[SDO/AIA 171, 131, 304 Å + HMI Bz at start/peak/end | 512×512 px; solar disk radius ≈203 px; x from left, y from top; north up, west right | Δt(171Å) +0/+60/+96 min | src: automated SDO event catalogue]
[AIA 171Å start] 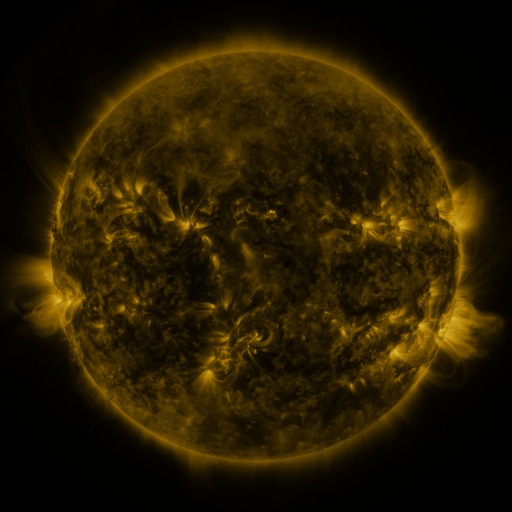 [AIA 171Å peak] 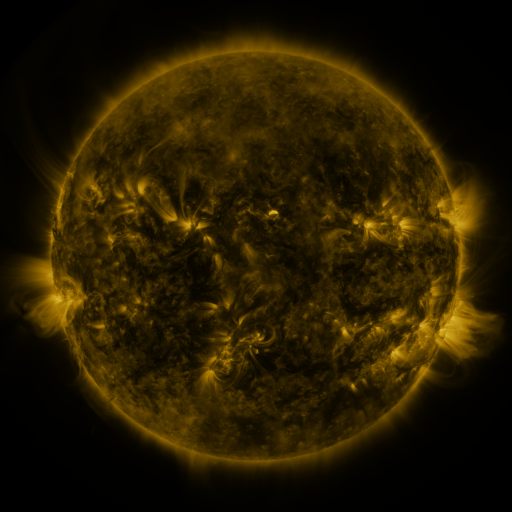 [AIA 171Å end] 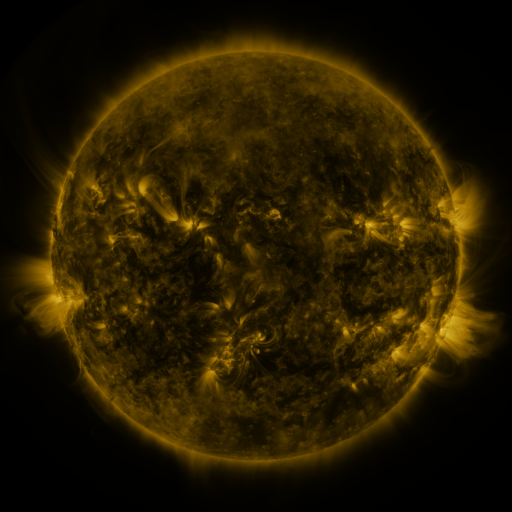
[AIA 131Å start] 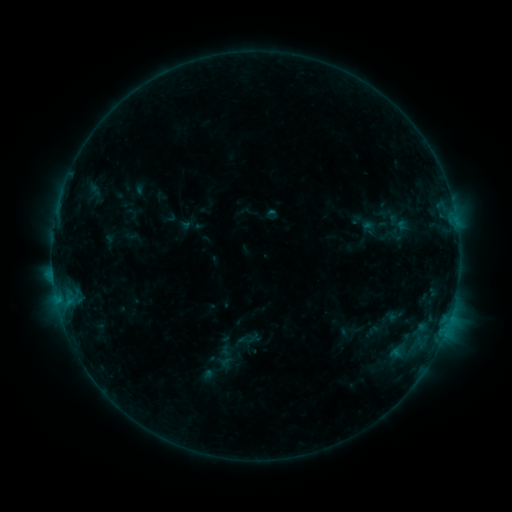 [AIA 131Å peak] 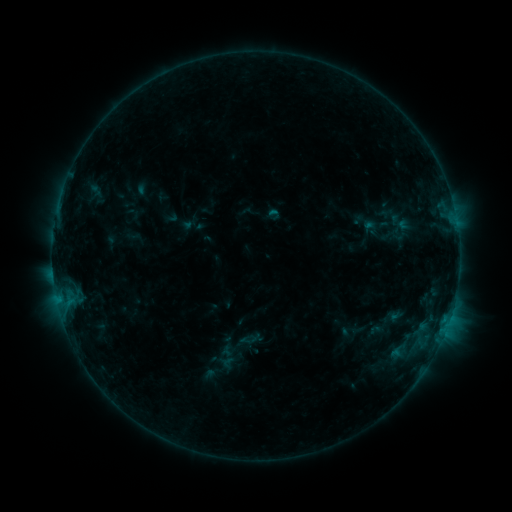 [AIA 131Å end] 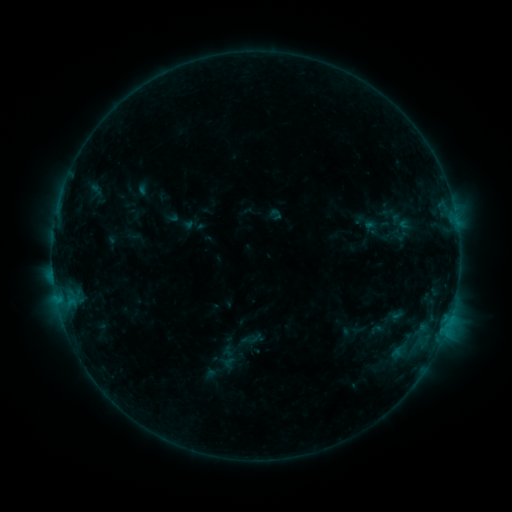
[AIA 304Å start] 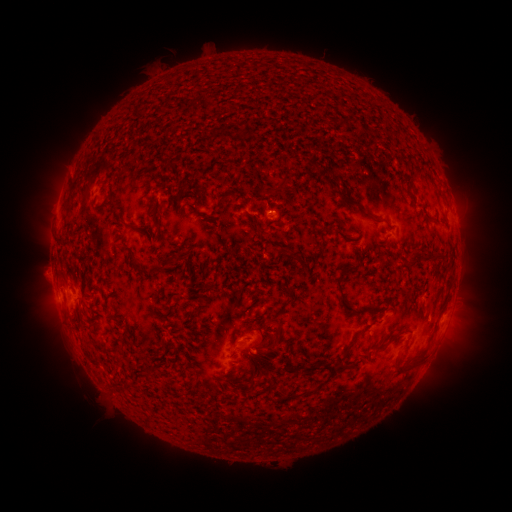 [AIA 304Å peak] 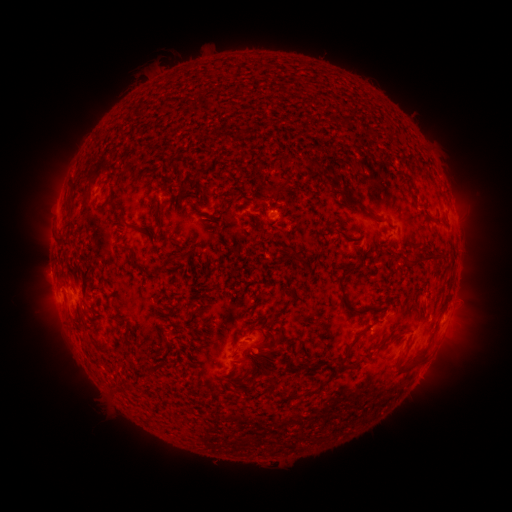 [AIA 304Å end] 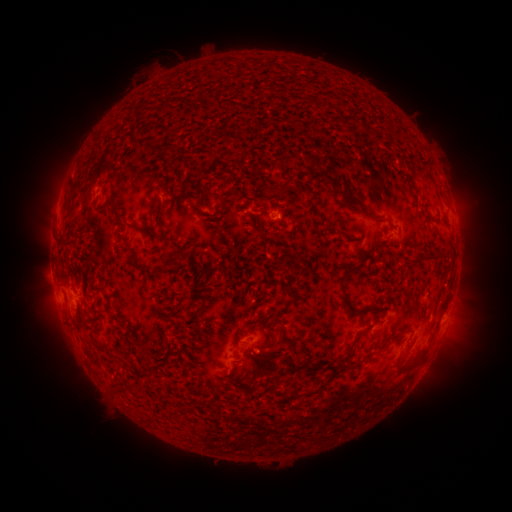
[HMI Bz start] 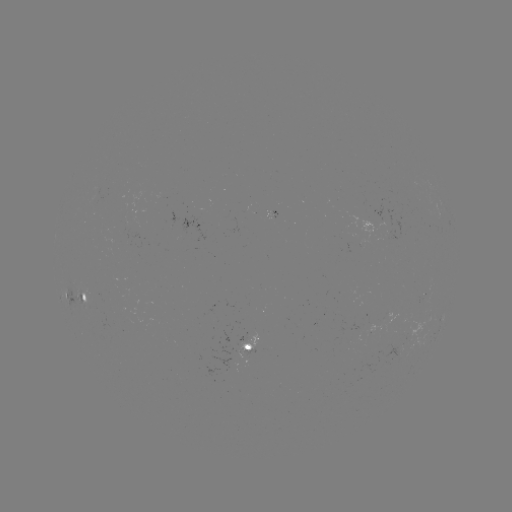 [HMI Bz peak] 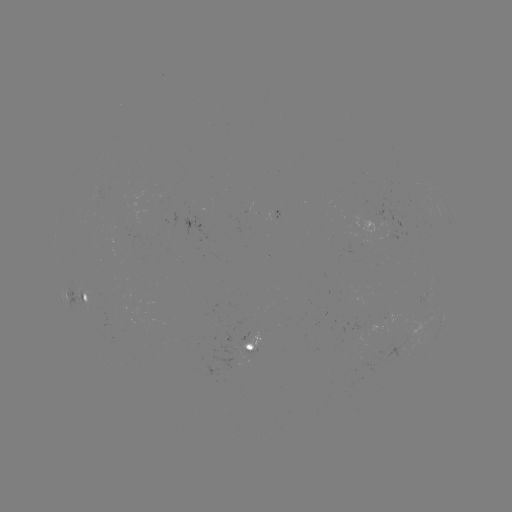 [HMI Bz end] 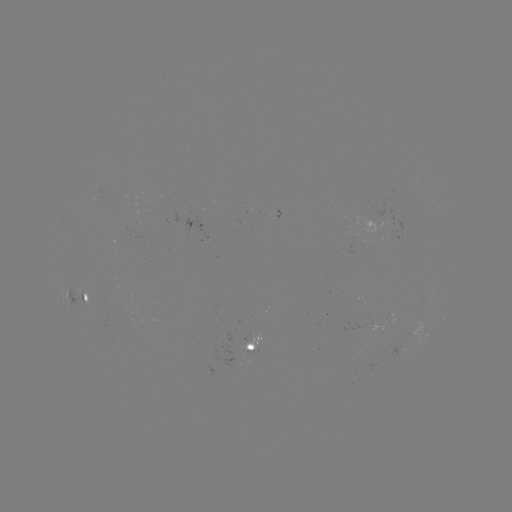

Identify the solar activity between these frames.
emerging-flux region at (390, 223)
